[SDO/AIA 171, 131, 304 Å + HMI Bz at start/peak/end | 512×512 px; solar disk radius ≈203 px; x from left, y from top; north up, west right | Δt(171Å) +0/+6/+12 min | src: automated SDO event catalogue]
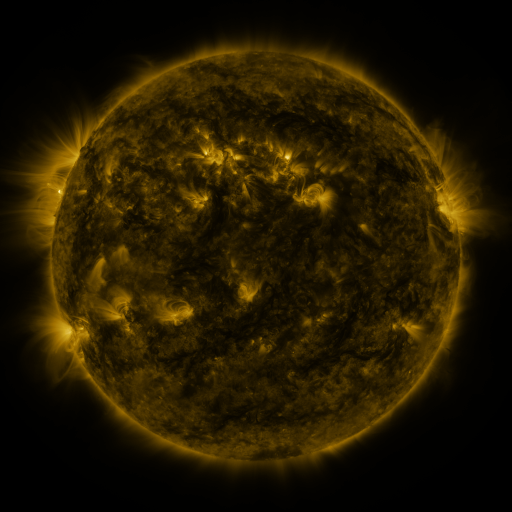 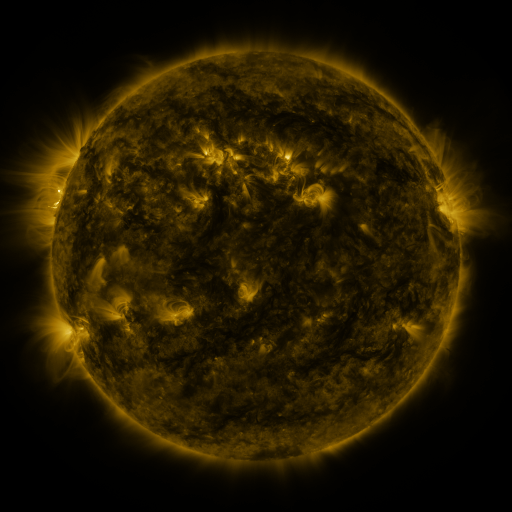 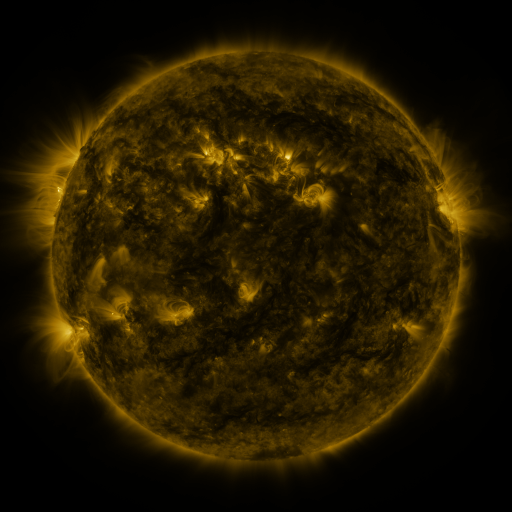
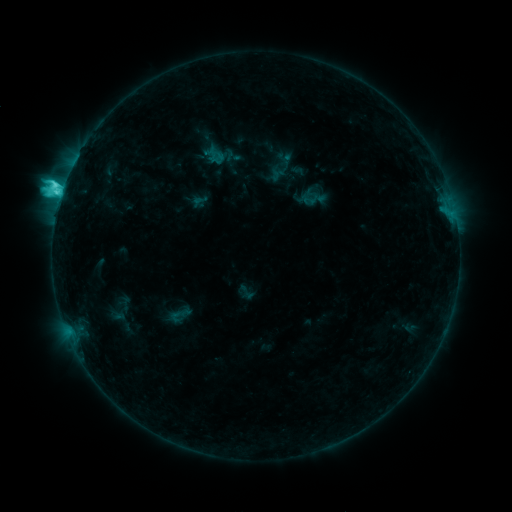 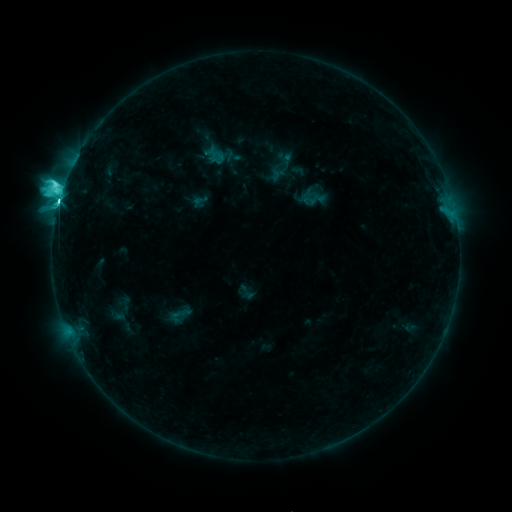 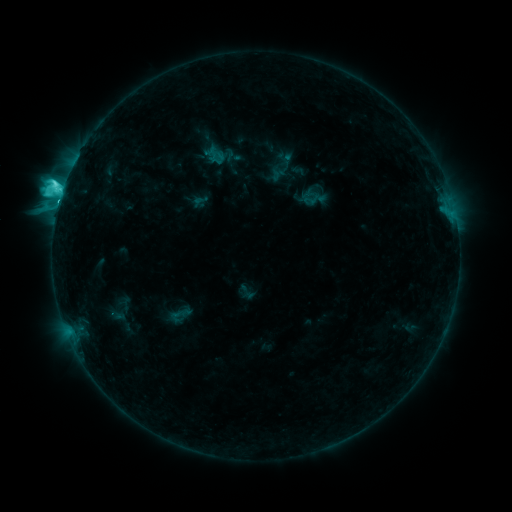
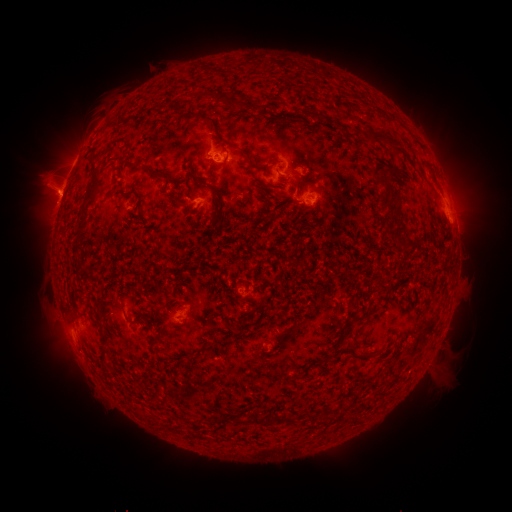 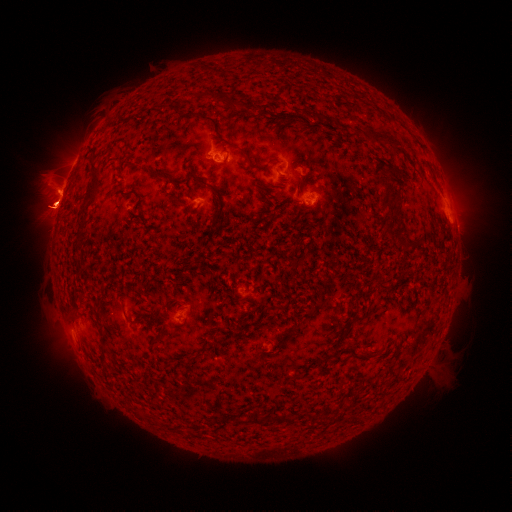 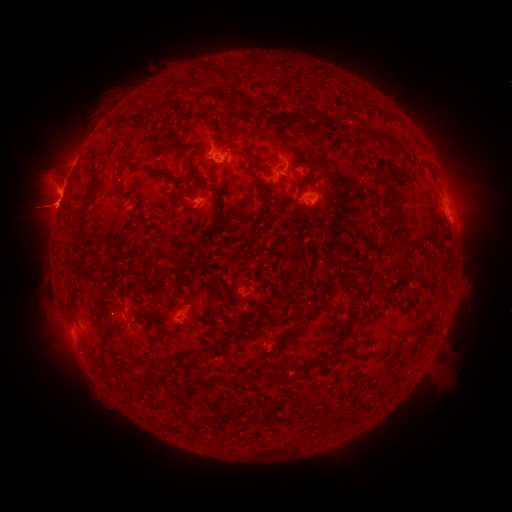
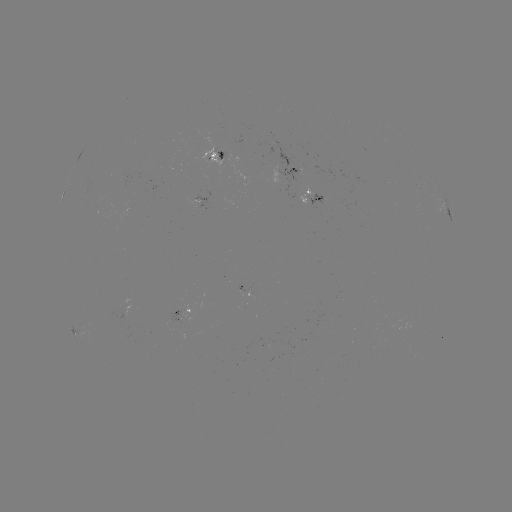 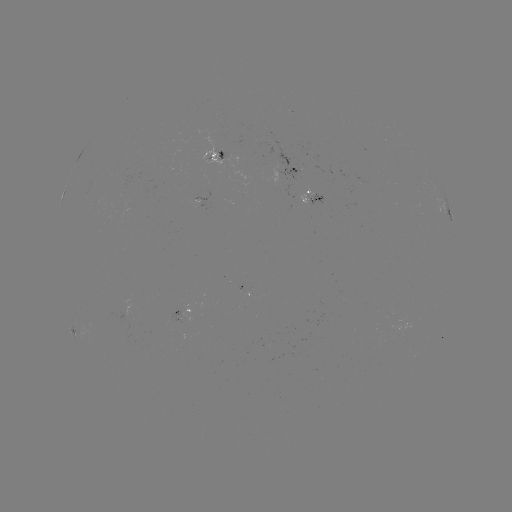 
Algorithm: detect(M1.4 flare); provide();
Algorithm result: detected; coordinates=(58, 206)